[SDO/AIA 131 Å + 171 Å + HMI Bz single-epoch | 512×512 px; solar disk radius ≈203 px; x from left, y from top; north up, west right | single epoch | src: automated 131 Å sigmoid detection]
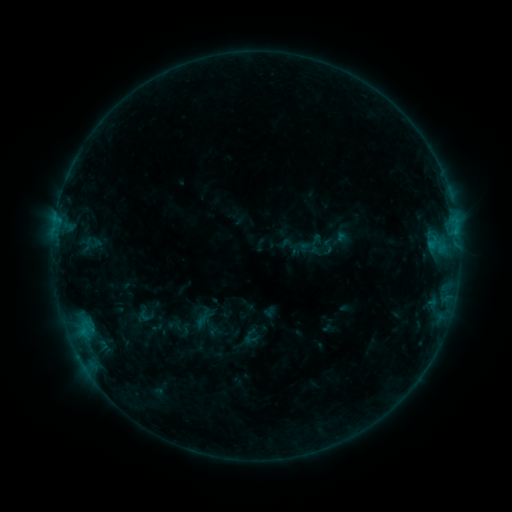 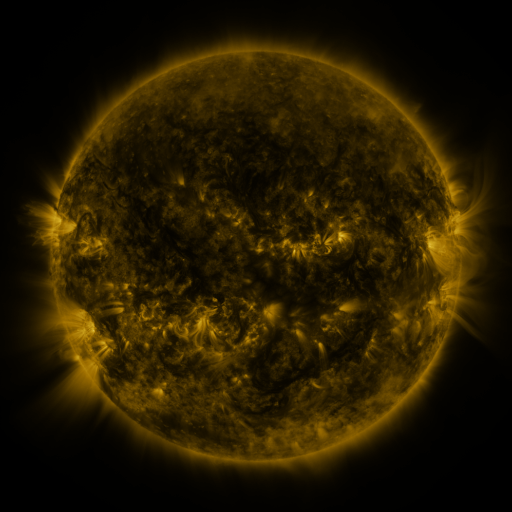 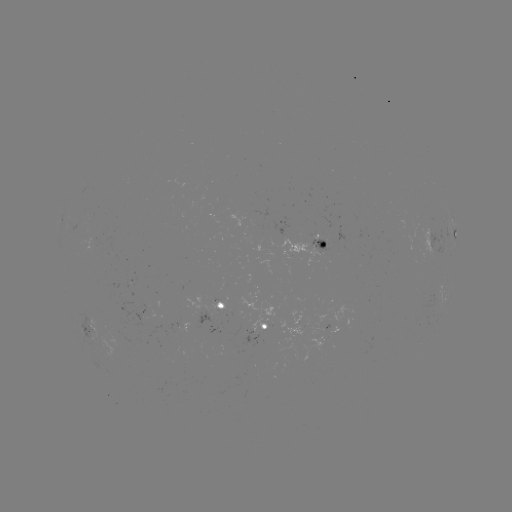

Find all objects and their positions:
sigmoid: (251, 339)
